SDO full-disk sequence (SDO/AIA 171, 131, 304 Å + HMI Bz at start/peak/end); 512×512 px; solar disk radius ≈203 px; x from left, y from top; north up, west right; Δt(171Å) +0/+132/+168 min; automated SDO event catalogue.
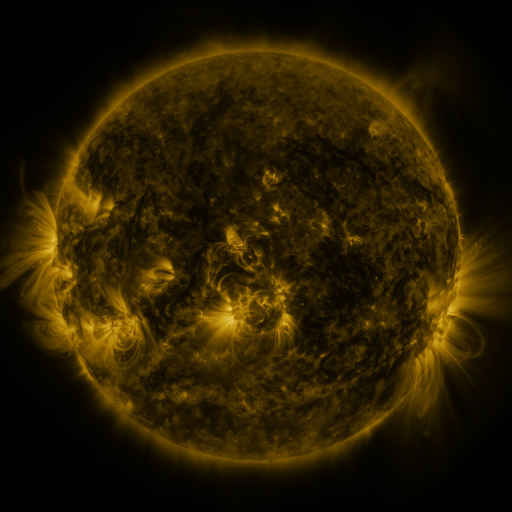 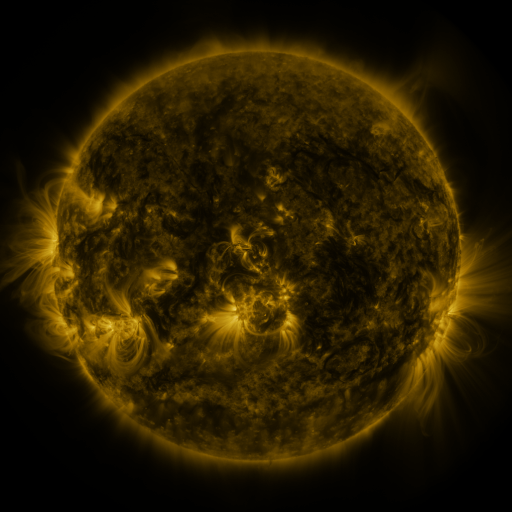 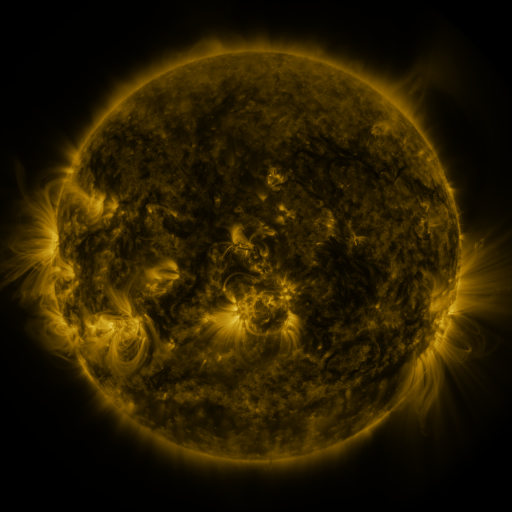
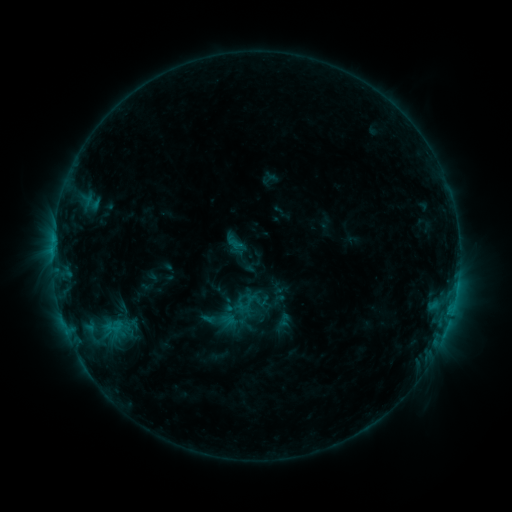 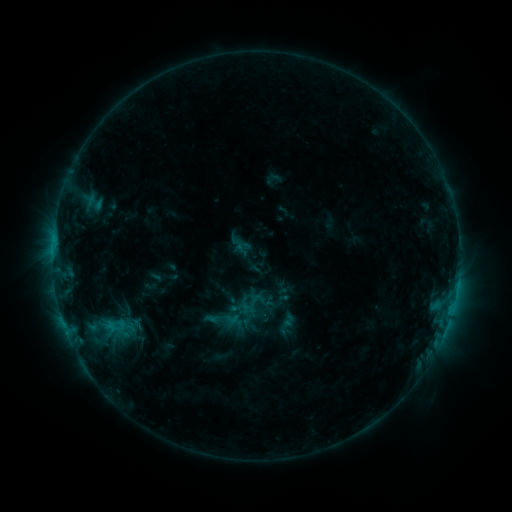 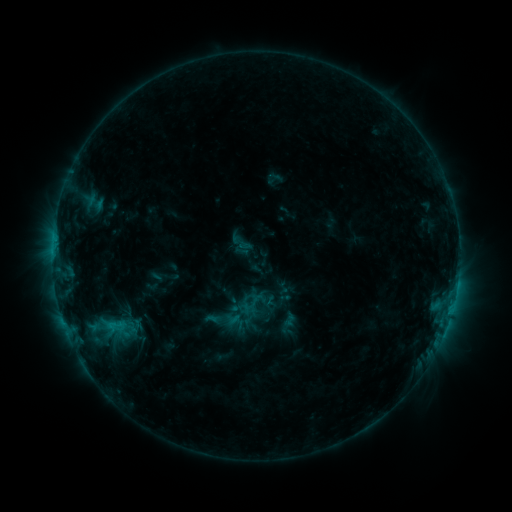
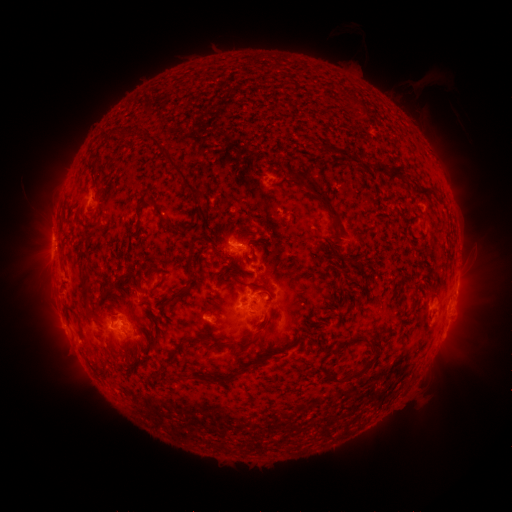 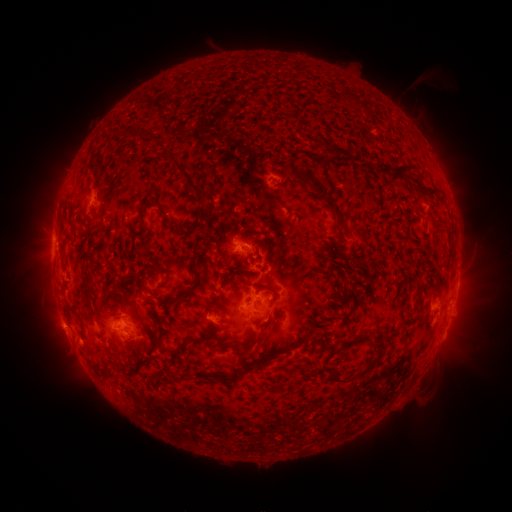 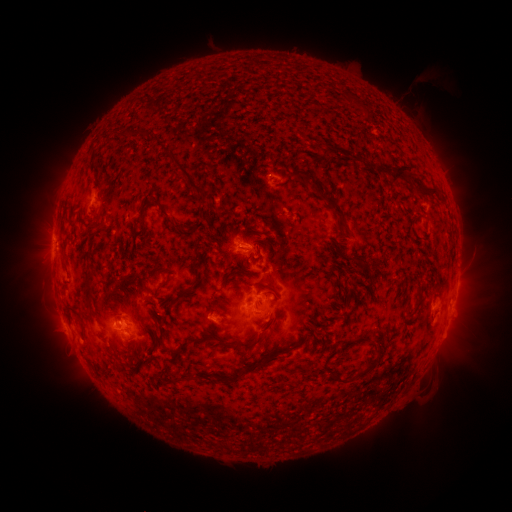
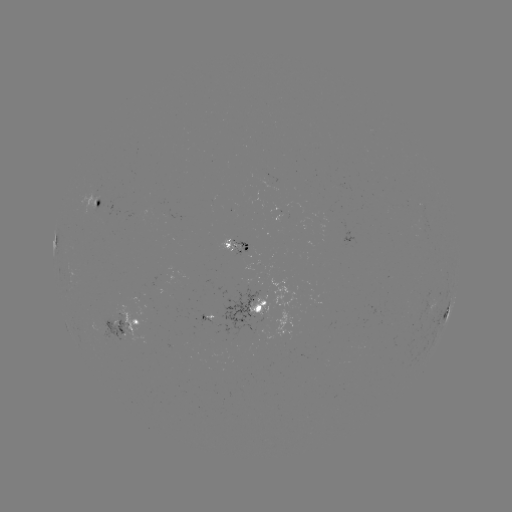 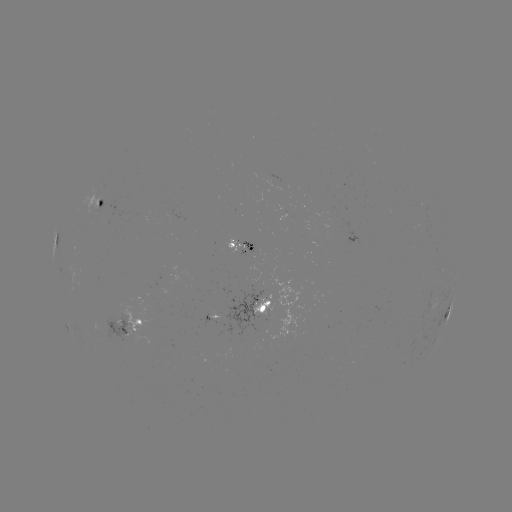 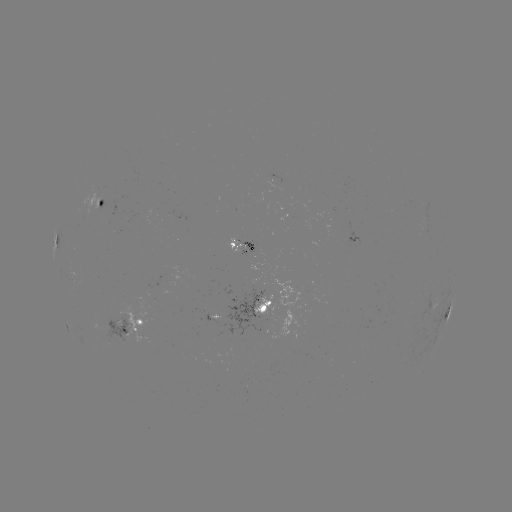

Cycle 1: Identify emerging-flux region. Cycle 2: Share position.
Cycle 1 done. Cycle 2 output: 110,210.